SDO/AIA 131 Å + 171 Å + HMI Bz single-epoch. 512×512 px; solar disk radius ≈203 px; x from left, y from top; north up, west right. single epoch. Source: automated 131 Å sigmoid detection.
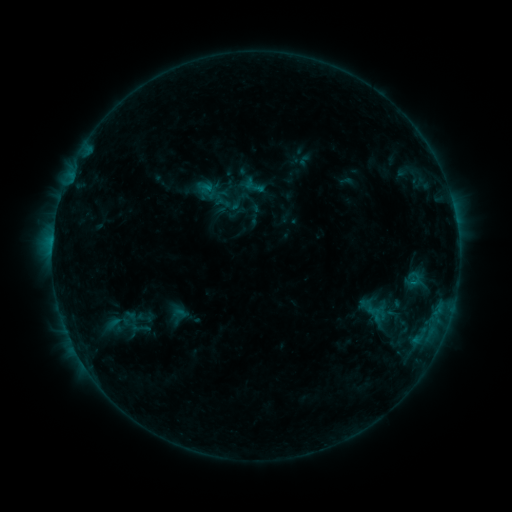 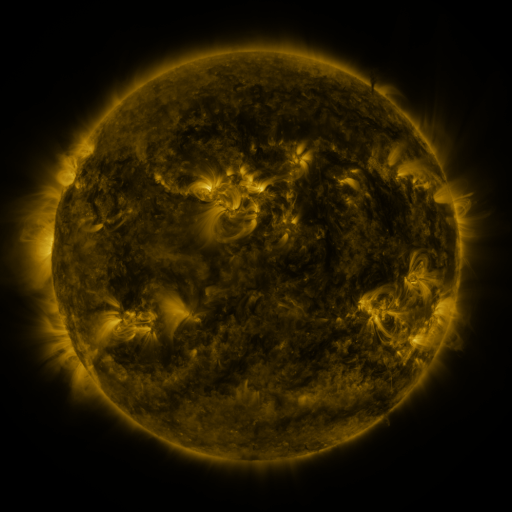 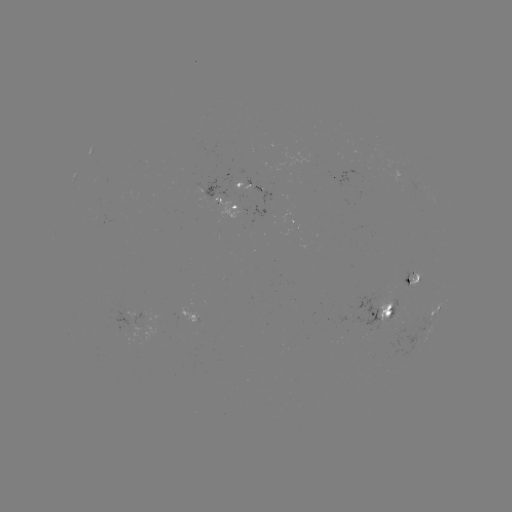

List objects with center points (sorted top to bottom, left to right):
sigmoid: (253, 186)
sigmoid: (394, 308)
sigmoid: (139, 327)
